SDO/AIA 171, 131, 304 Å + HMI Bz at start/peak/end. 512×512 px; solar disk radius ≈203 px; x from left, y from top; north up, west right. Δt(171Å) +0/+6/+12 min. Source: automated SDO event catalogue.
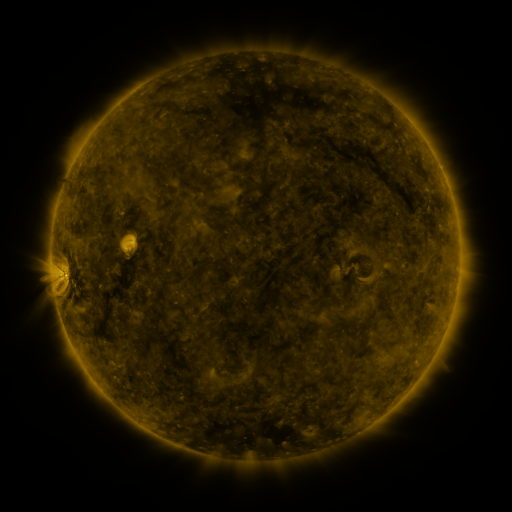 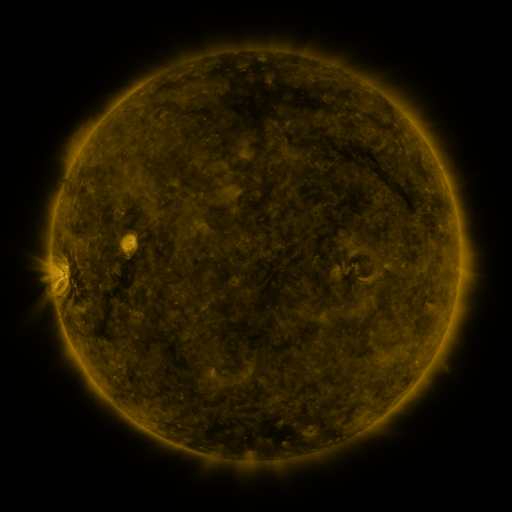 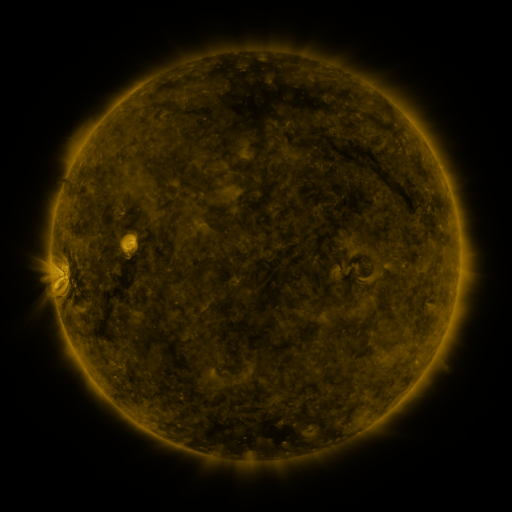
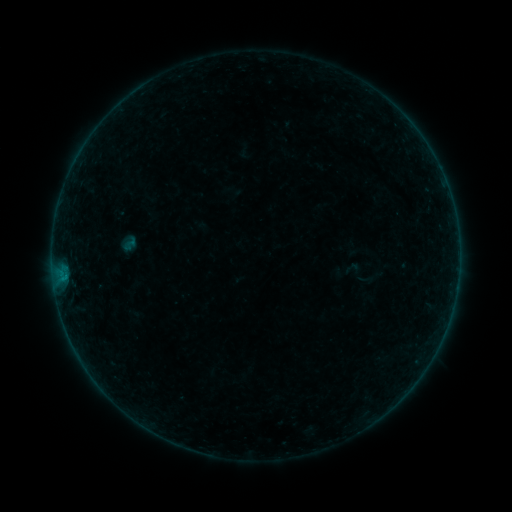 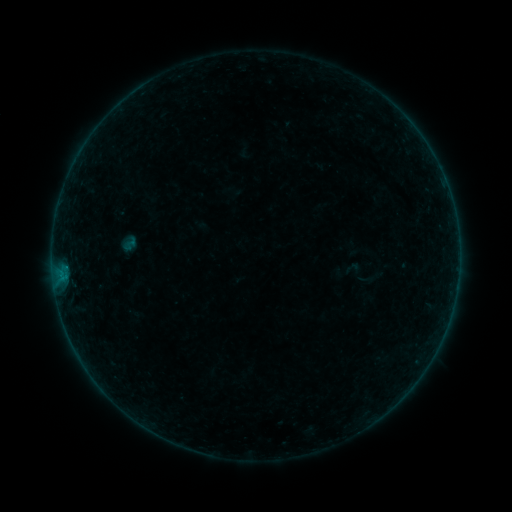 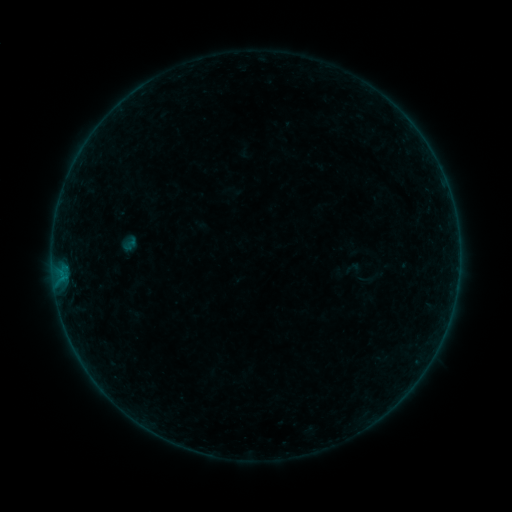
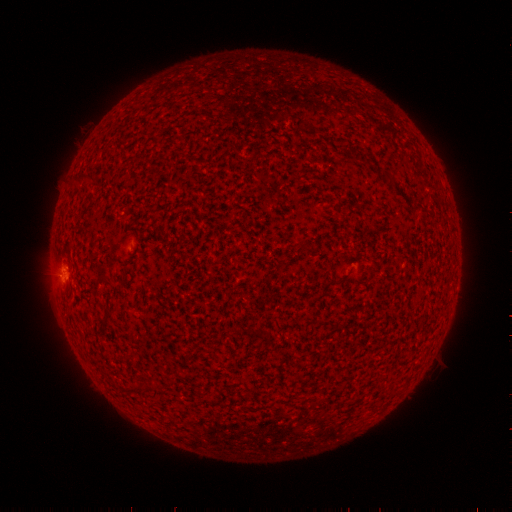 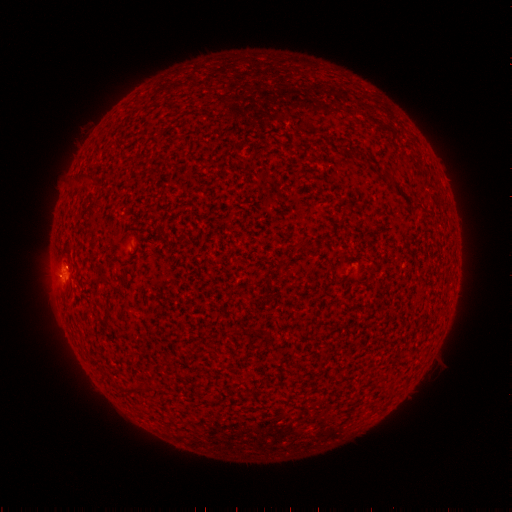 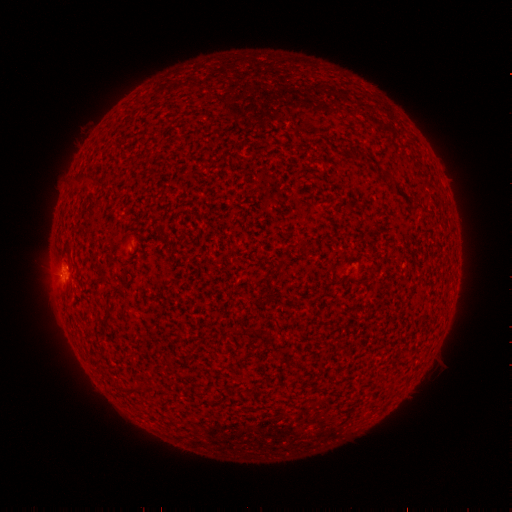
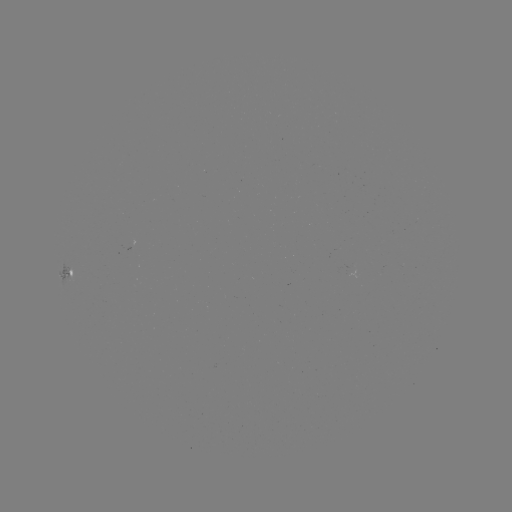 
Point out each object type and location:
B2.0 flare: (66, 265)
